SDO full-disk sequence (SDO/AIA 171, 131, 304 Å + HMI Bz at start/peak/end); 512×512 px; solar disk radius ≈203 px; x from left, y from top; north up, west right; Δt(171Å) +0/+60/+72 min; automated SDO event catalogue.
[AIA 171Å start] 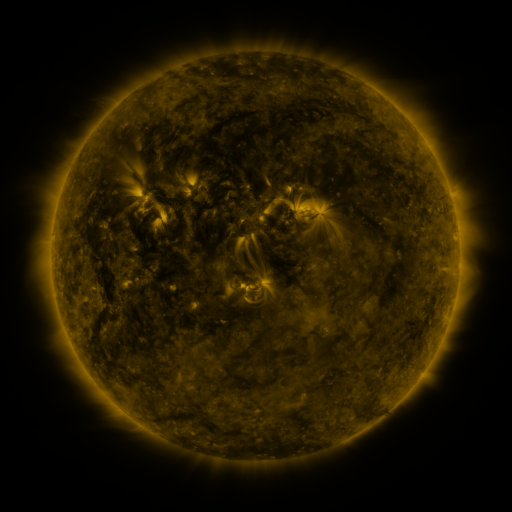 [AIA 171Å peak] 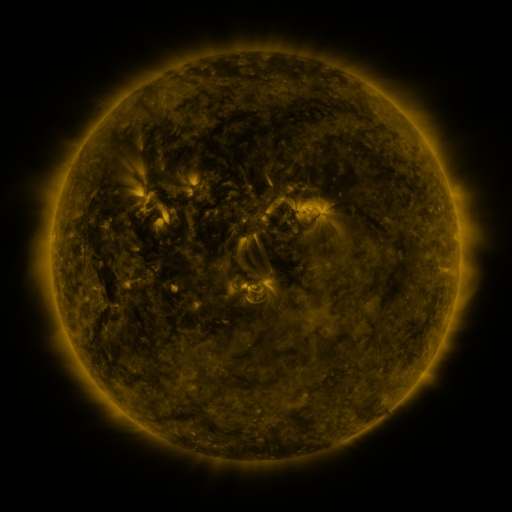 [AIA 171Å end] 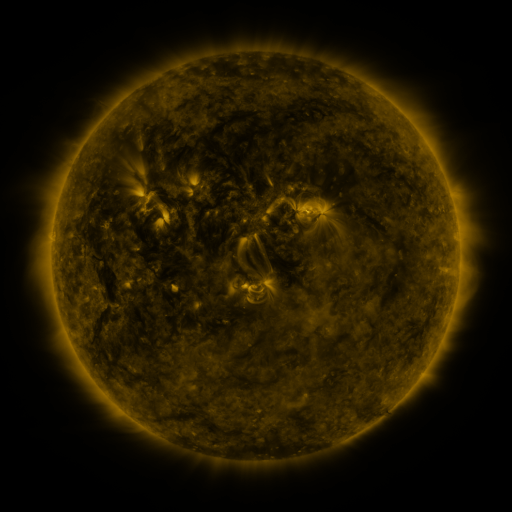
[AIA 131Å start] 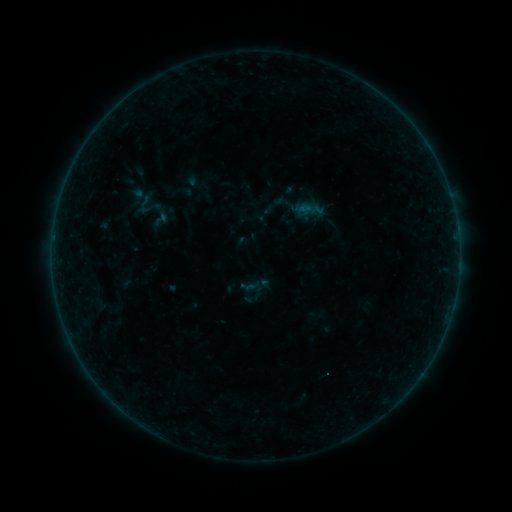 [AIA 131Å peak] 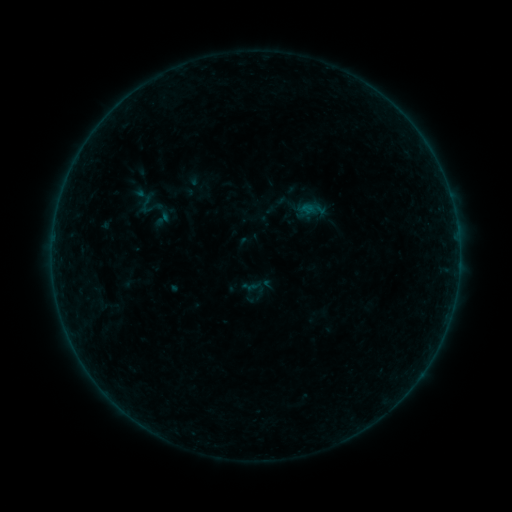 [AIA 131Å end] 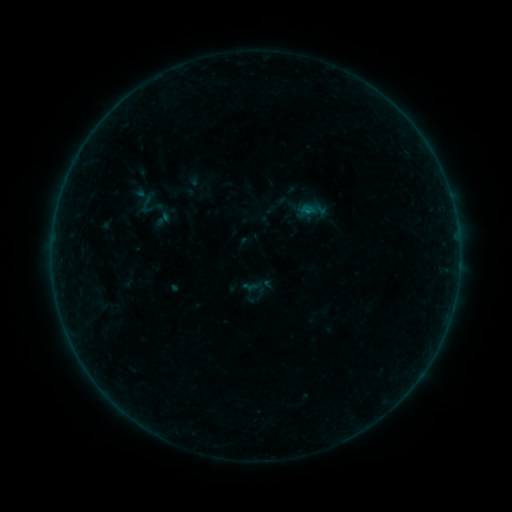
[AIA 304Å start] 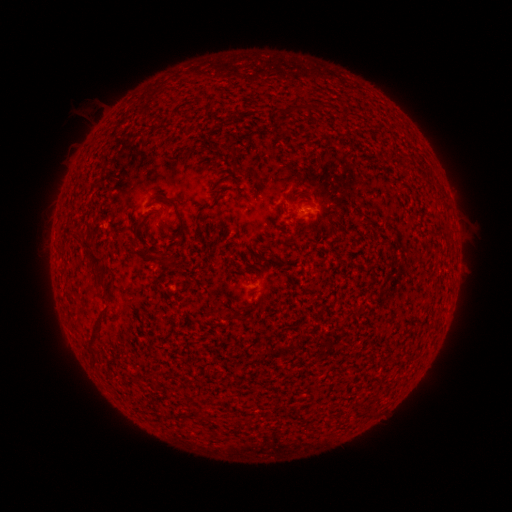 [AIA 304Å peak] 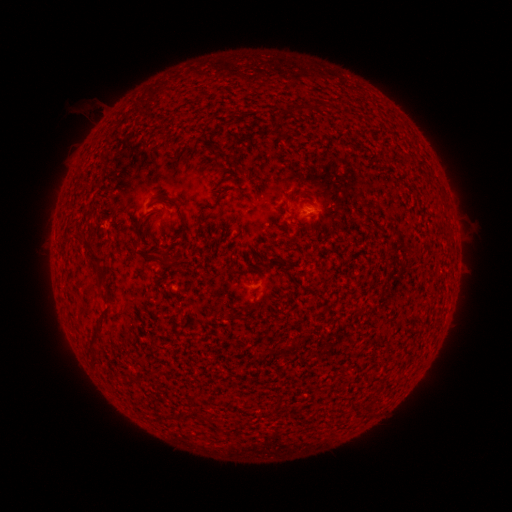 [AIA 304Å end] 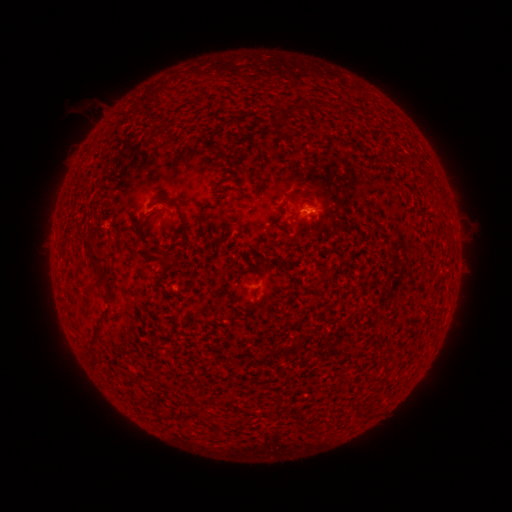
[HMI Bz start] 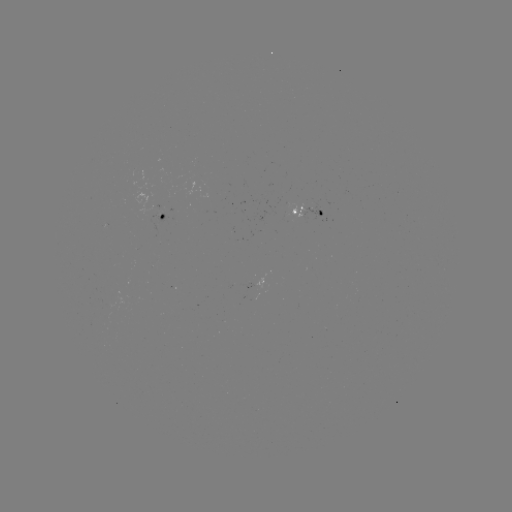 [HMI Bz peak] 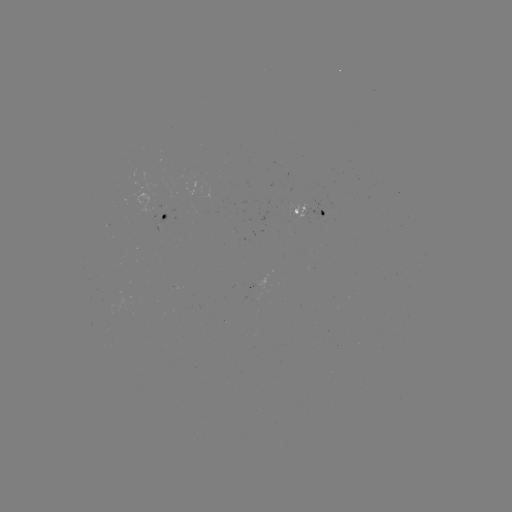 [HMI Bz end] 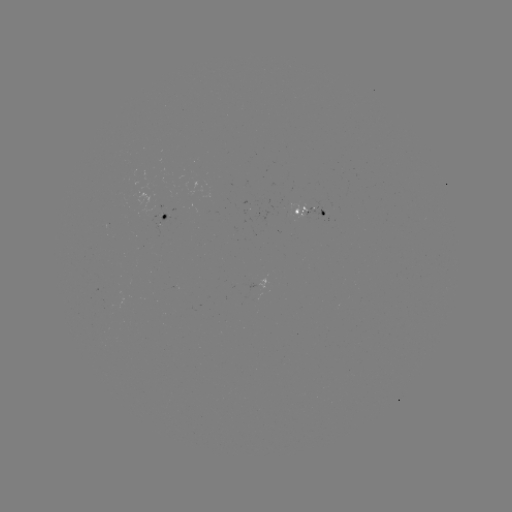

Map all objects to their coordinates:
emerging-flux region: (294, 211)
